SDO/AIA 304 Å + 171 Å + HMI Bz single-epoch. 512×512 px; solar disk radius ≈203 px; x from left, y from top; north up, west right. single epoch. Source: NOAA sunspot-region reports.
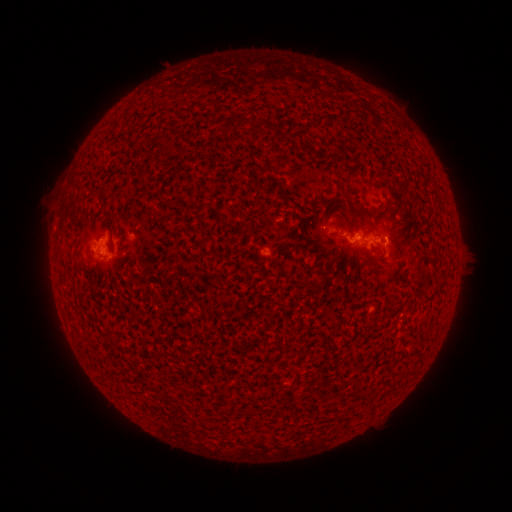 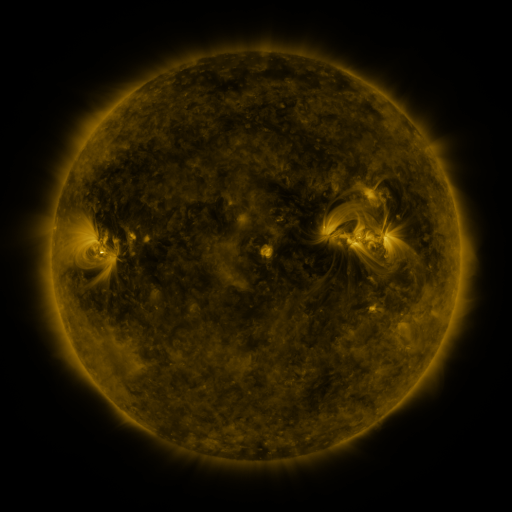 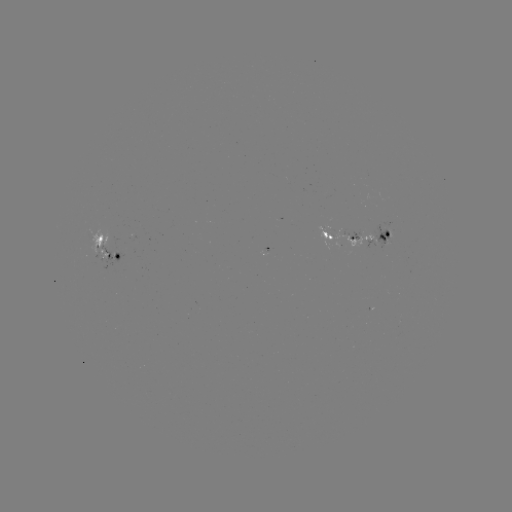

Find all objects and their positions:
spotted active region: (359, 241)
spotted active region: (108, 244)
